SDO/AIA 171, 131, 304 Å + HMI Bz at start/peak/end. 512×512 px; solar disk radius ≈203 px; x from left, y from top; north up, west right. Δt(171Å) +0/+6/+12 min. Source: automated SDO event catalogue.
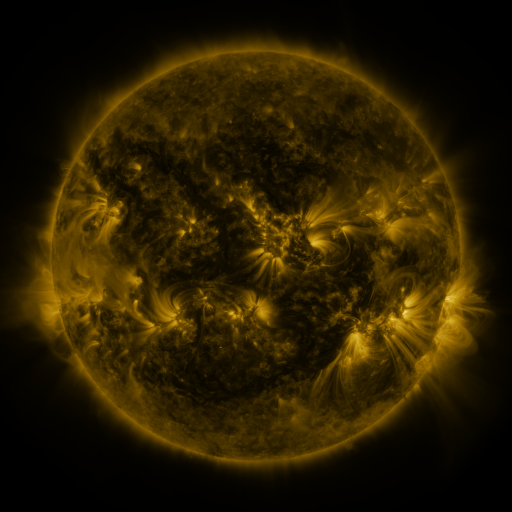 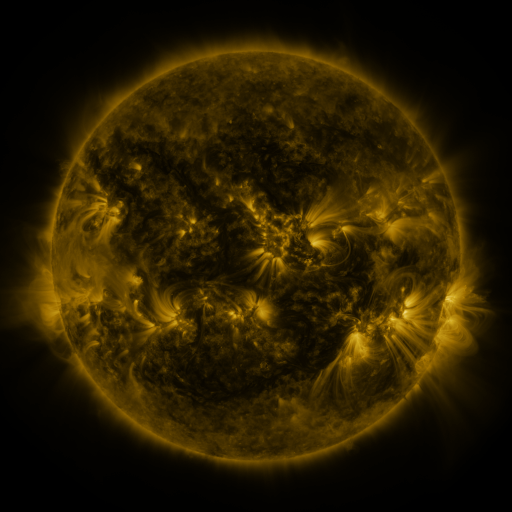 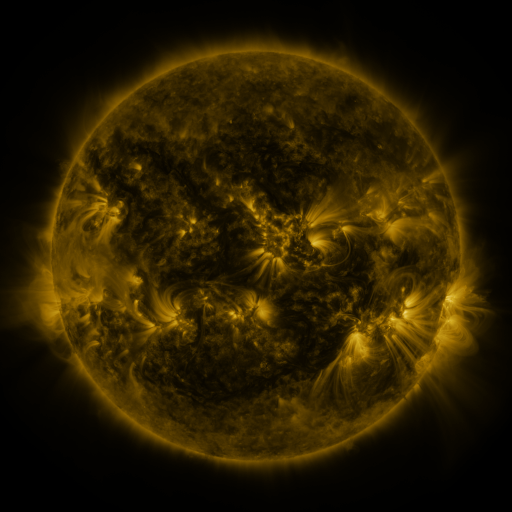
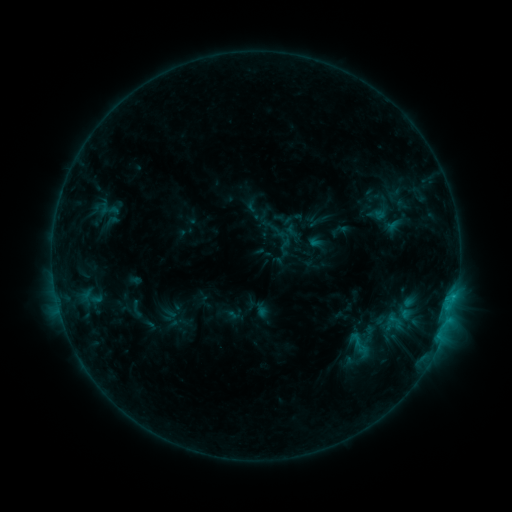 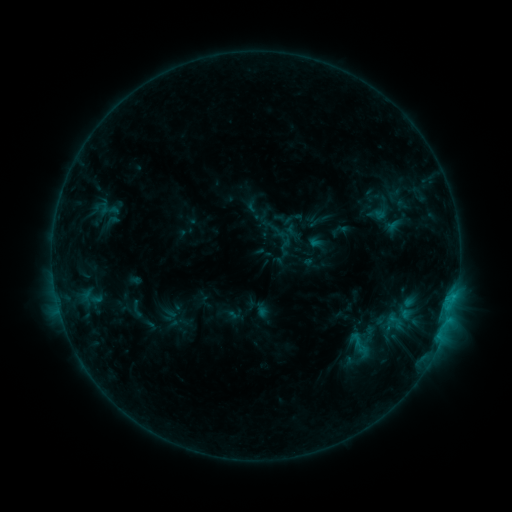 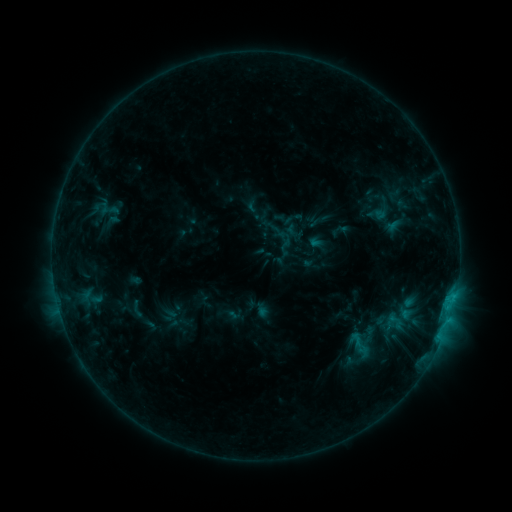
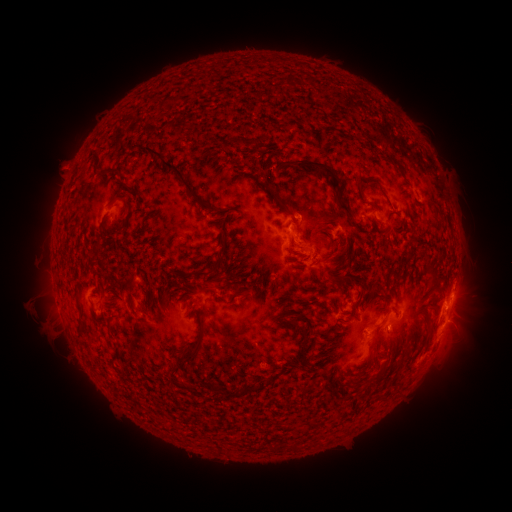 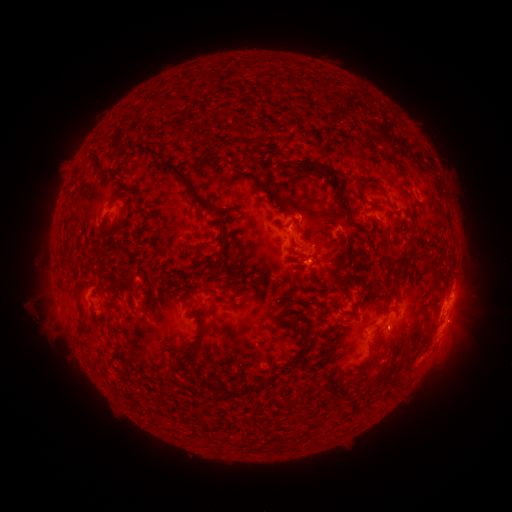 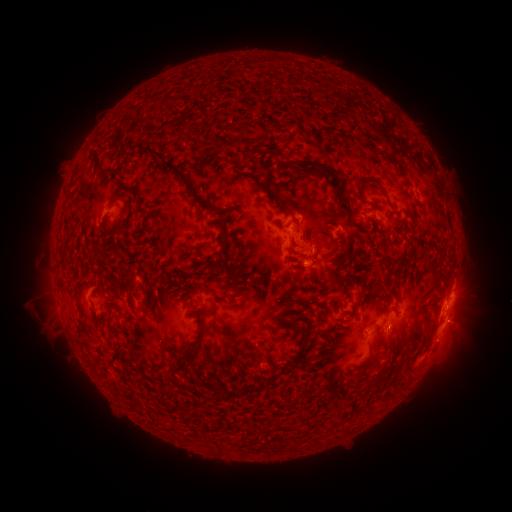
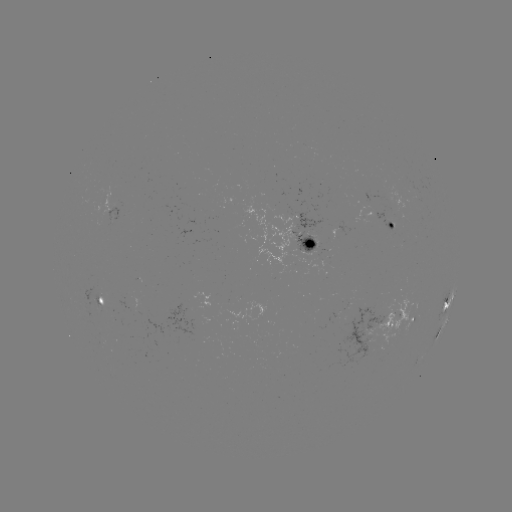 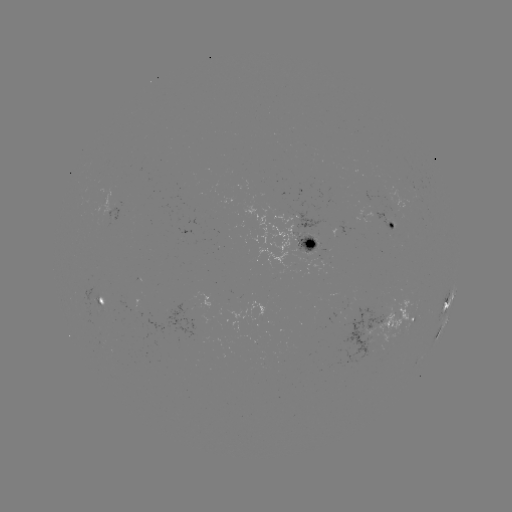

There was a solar eruption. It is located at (310, 269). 